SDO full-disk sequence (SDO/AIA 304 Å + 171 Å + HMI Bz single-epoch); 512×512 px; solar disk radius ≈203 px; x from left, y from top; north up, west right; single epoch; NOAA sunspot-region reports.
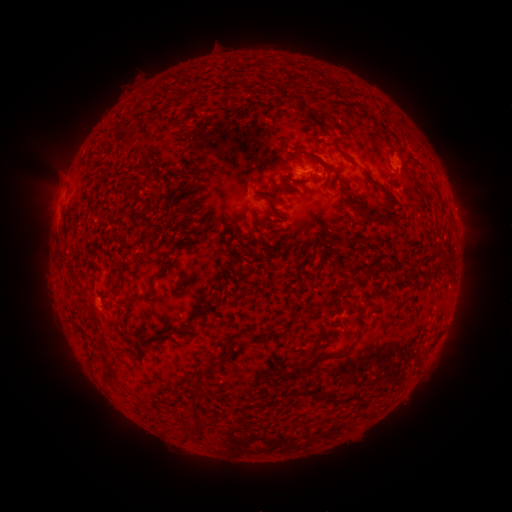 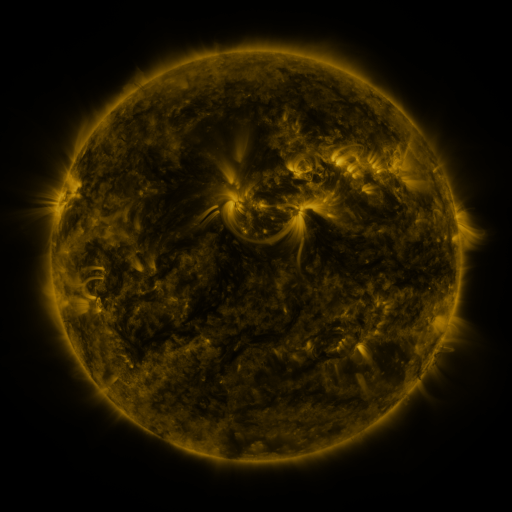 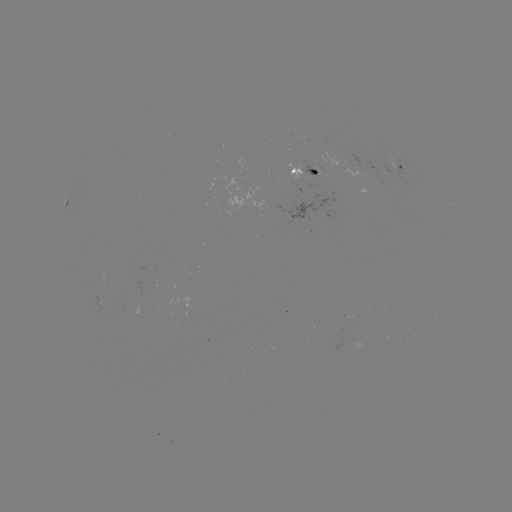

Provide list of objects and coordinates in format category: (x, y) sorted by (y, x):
spotted active region: (400, 166)
spotted active region: (303, 174)
spotted active region: (455, 222)
